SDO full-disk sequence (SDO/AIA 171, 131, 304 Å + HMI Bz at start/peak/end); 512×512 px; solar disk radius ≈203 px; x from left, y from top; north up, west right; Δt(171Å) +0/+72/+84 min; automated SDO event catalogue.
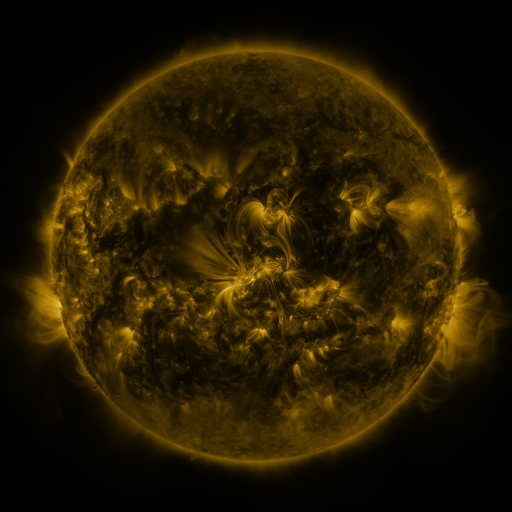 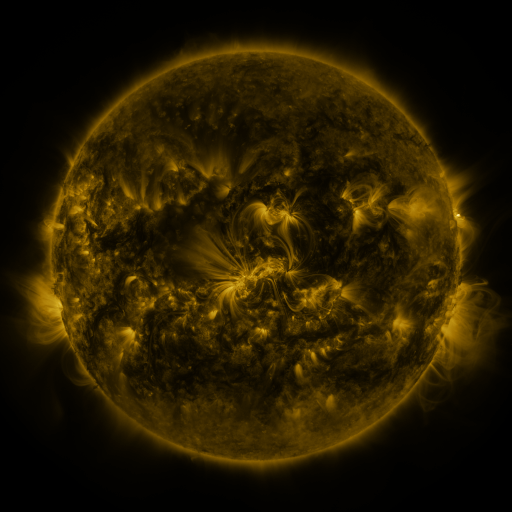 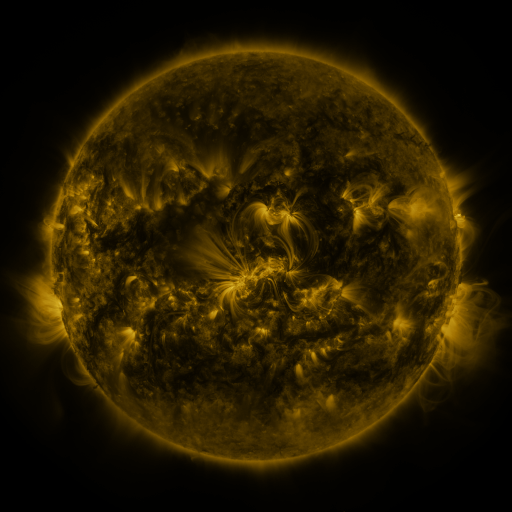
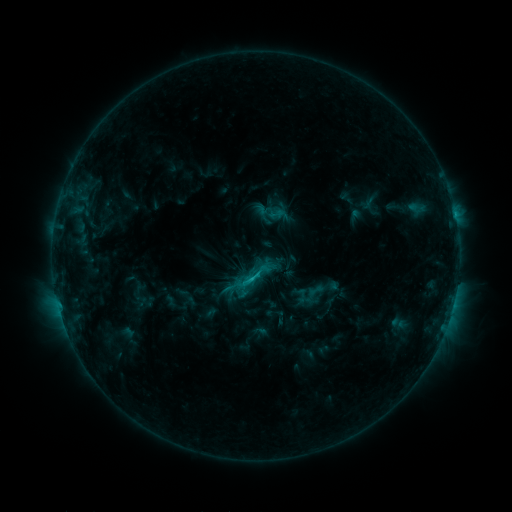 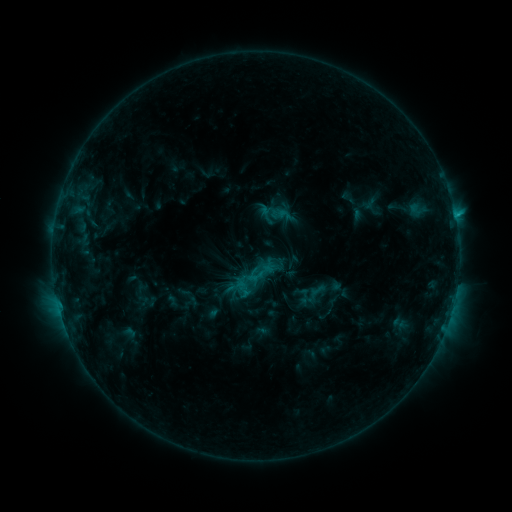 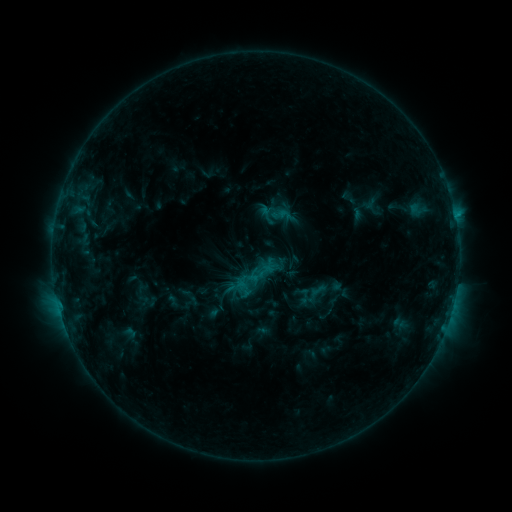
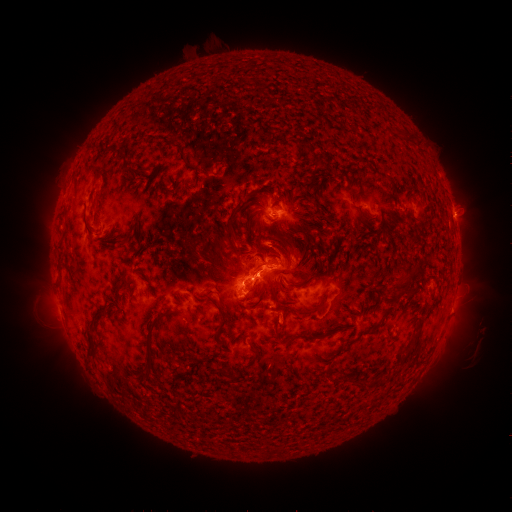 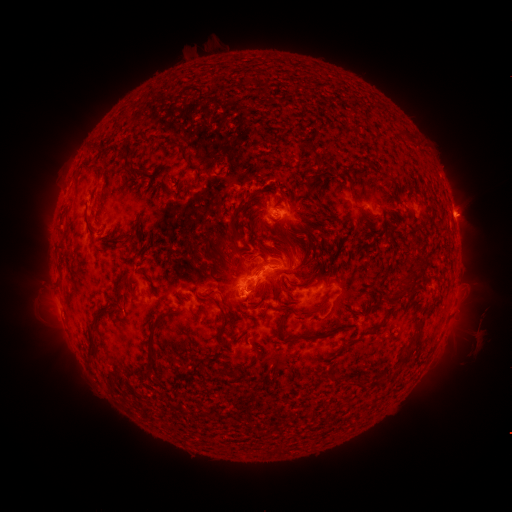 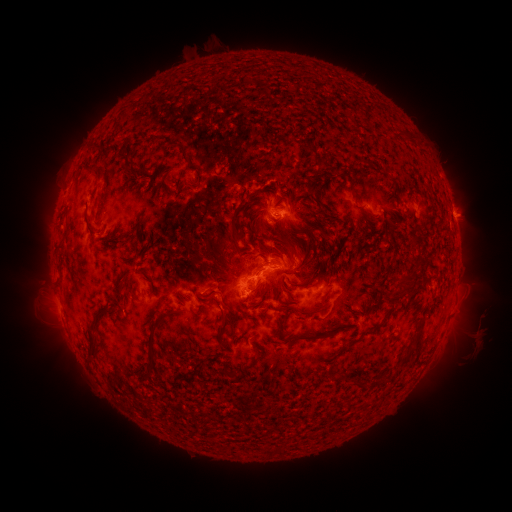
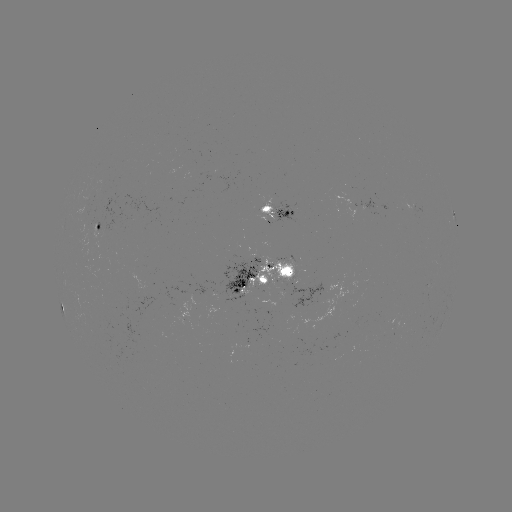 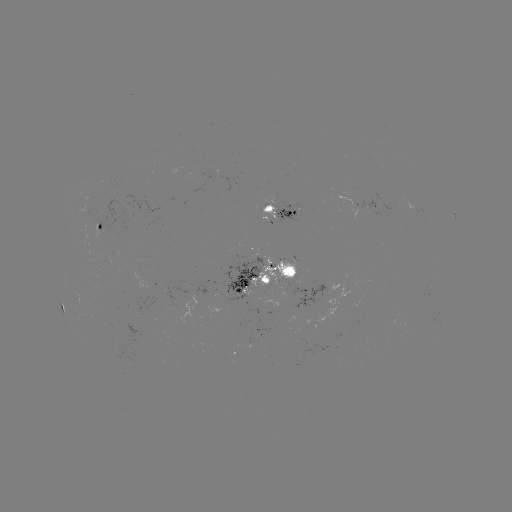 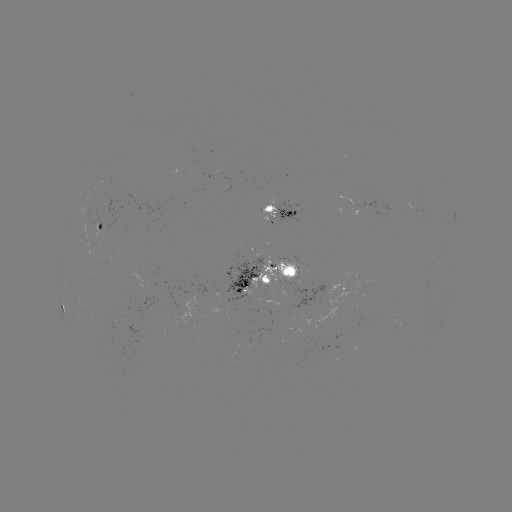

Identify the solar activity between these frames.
emerging-flux region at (258, 305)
